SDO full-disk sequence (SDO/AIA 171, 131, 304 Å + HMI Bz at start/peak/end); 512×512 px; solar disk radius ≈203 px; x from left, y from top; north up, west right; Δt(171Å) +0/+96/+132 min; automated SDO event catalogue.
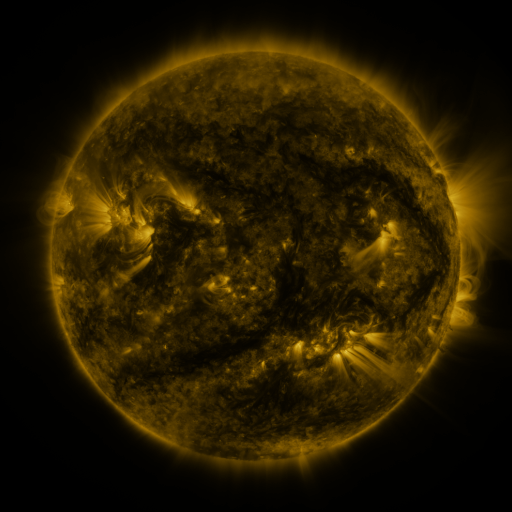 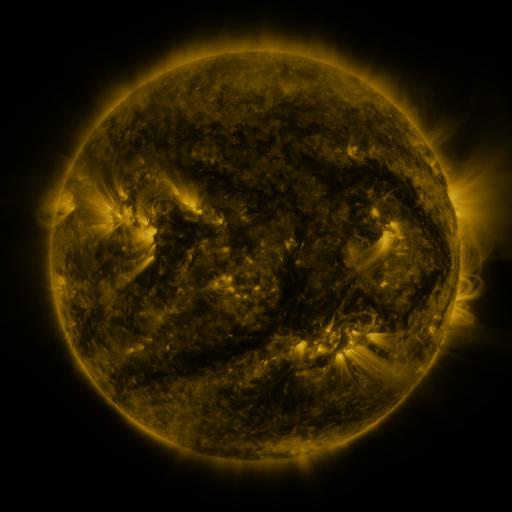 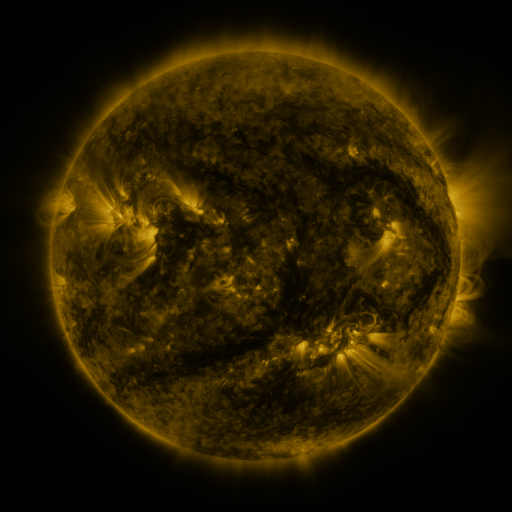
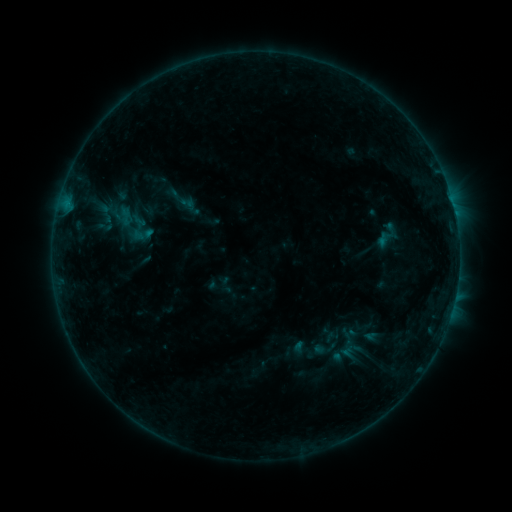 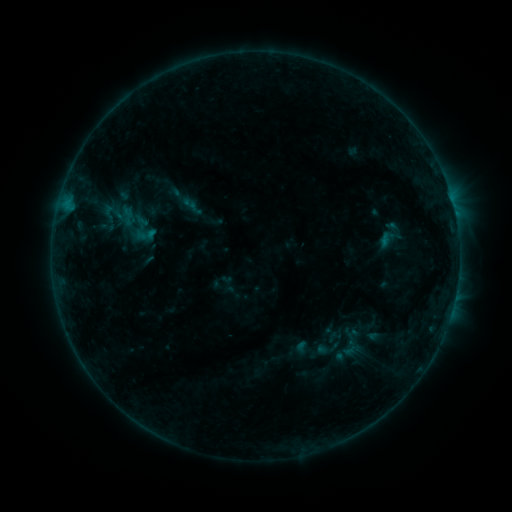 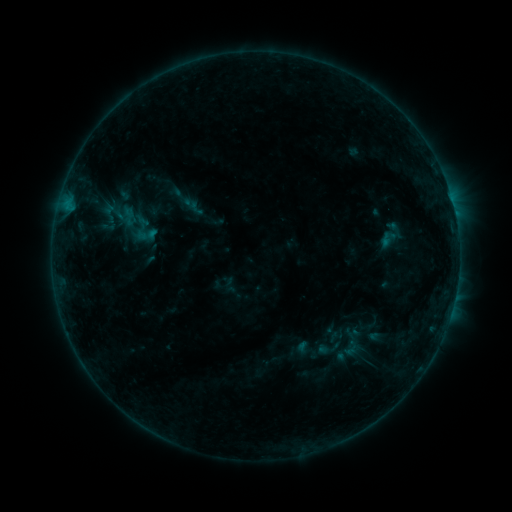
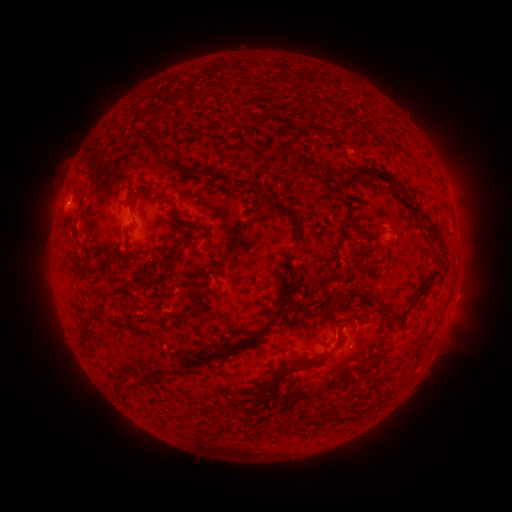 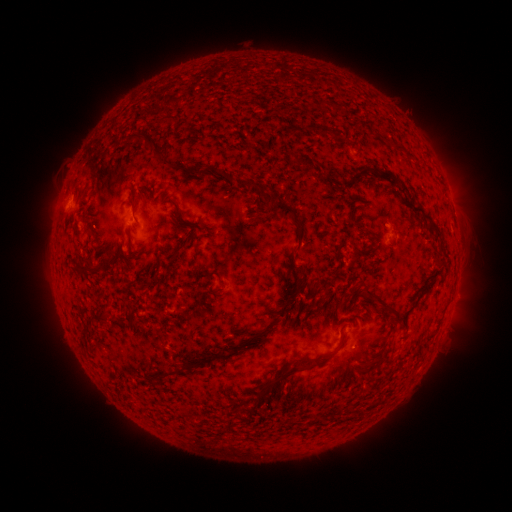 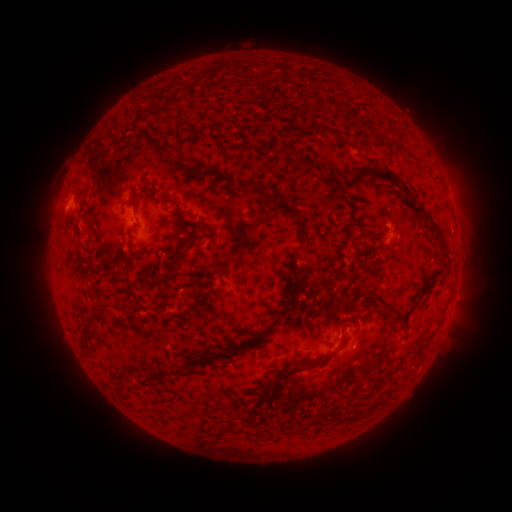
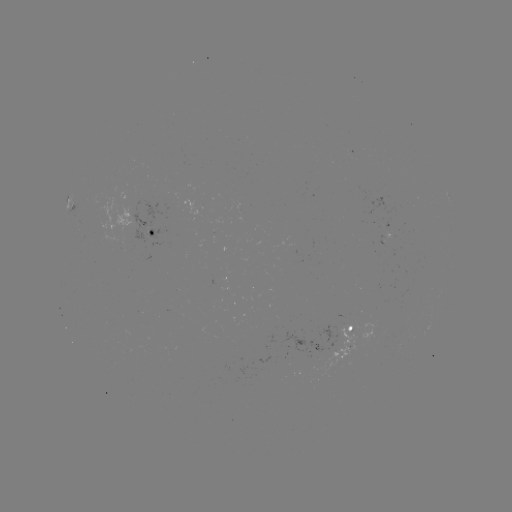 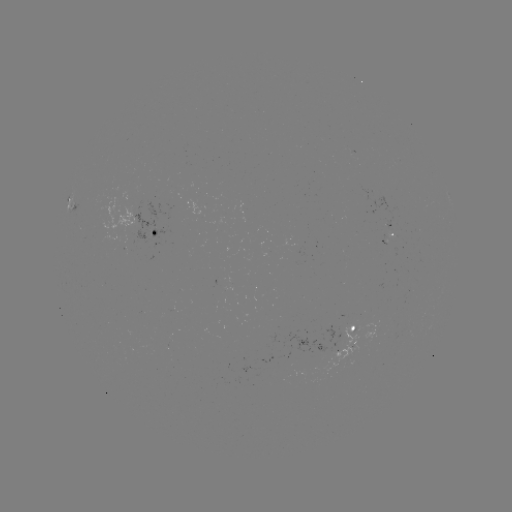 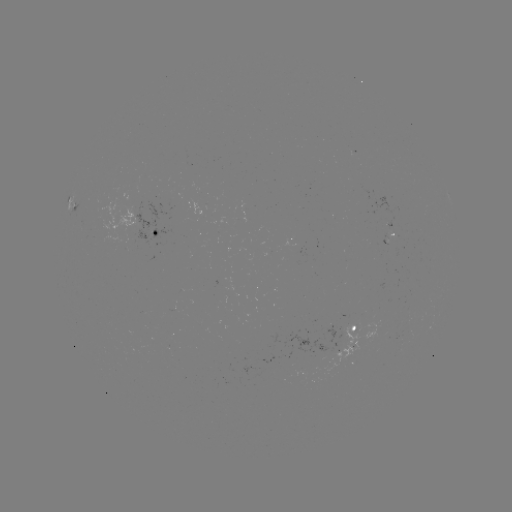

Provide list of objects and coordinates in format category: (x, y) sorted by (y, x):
emerging-flux region: (350, 336)
